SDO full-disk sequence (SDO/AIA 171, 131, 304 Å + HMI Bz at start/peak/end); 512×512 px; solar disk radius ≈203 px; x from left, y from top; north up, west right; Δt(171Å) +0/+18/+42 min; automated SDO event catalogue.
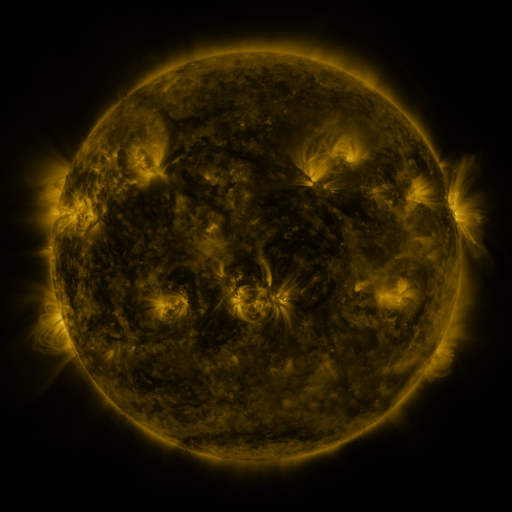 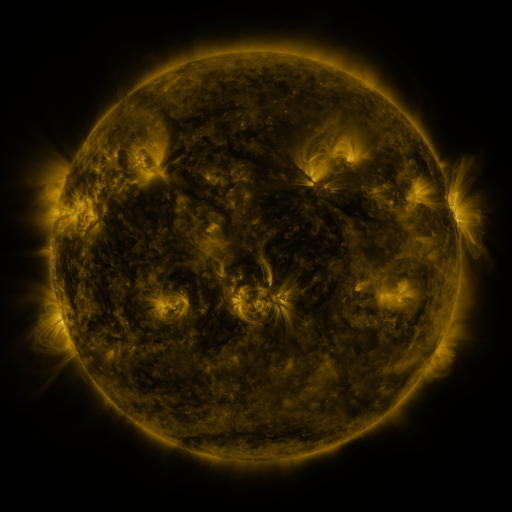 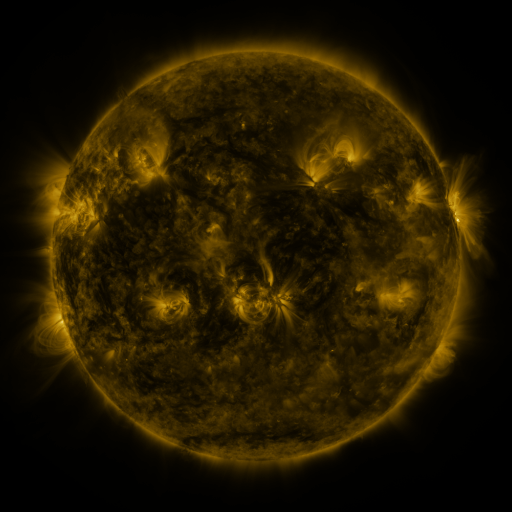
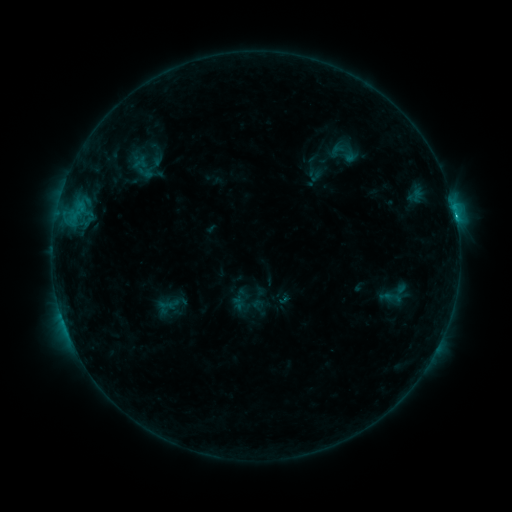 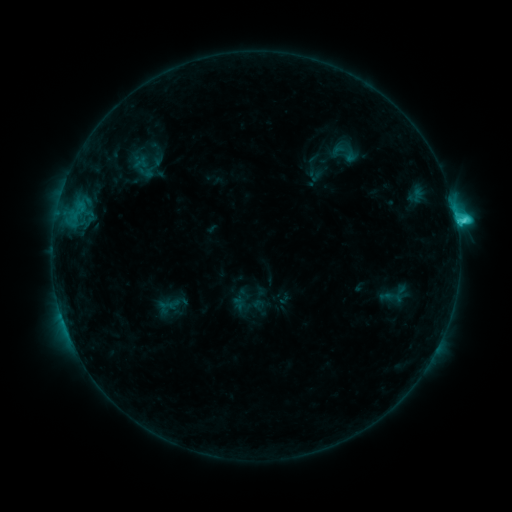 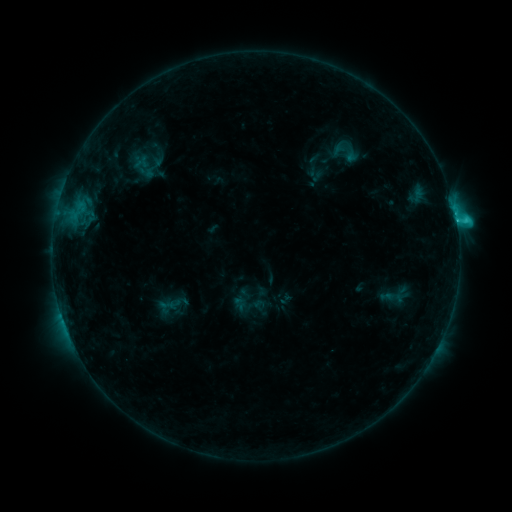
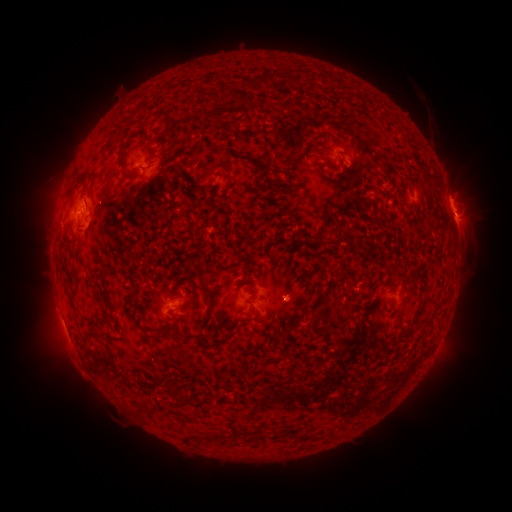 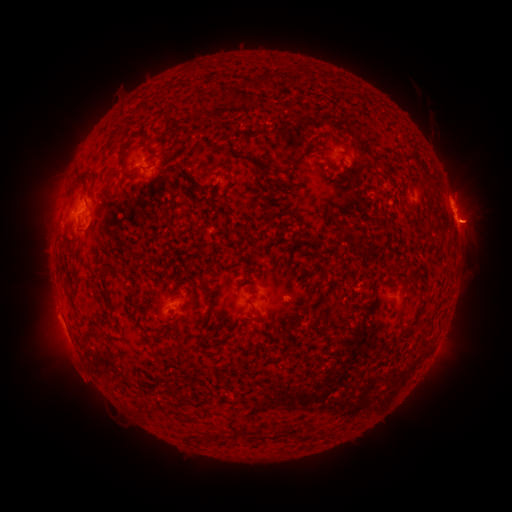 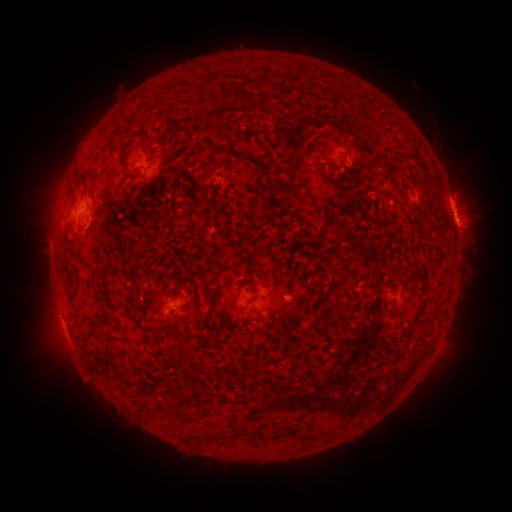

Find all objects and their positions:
eruption: (474, 226)
